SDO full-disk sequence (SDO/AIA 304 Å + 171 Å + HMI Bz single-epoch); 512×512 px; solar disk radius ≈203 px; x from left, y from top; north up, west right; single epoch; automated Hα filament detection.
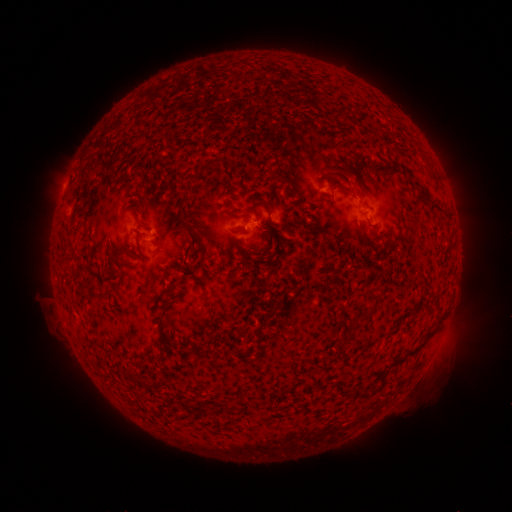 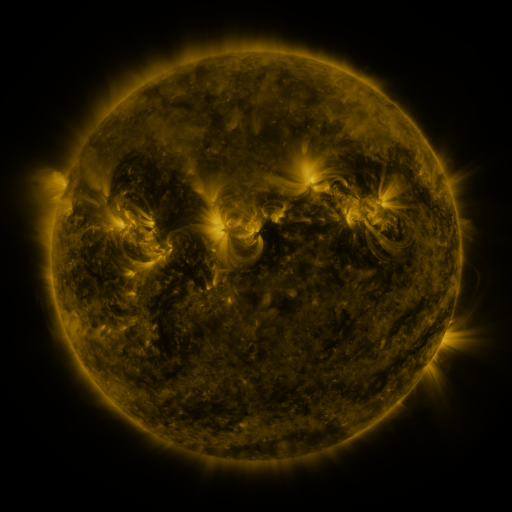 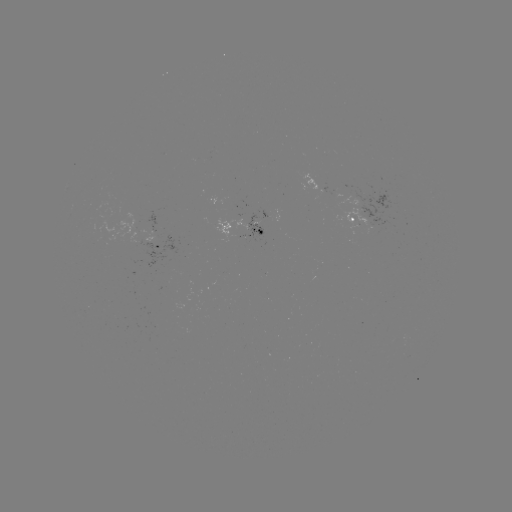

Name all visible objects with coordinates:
filament: (394, 165)
filament: (408, 173)
filament: (342, 189)
filament: (425, 197)
filament: (435, 209)
filament: (130, 252)
filament: (109, 258)
filament: (370, 315)
filament: (342, 344)
filament: (422, 346)
filament: (340, 392)
